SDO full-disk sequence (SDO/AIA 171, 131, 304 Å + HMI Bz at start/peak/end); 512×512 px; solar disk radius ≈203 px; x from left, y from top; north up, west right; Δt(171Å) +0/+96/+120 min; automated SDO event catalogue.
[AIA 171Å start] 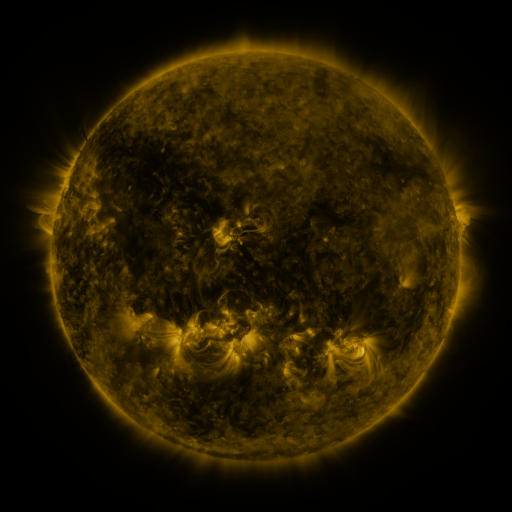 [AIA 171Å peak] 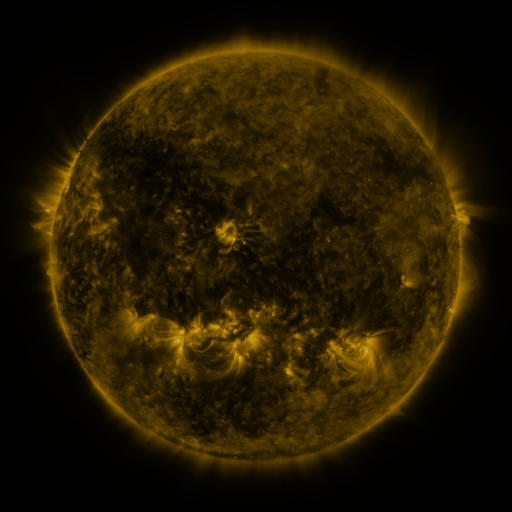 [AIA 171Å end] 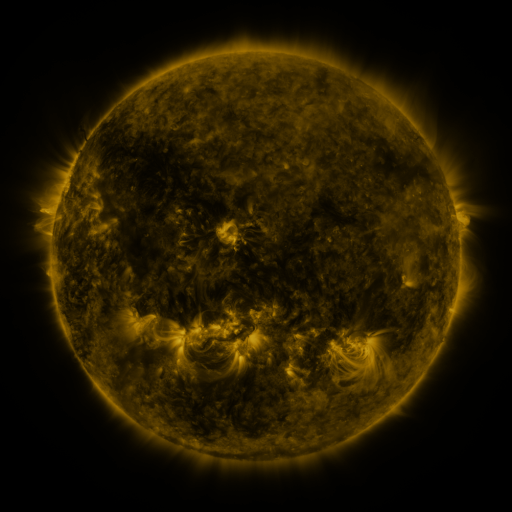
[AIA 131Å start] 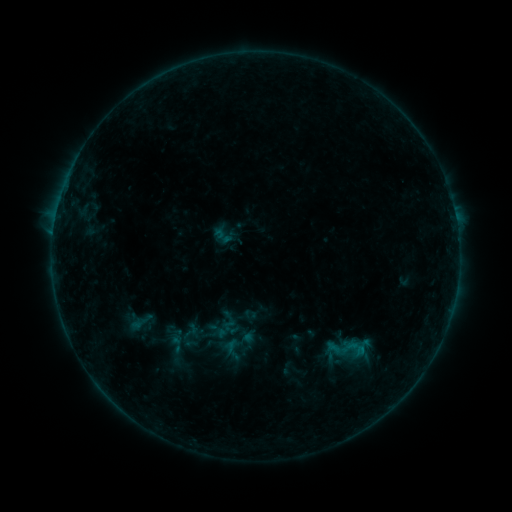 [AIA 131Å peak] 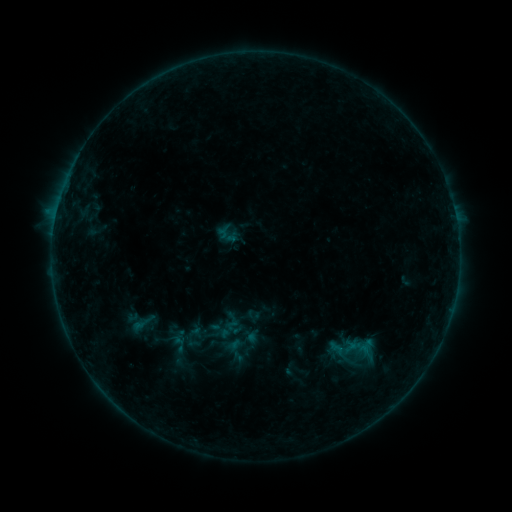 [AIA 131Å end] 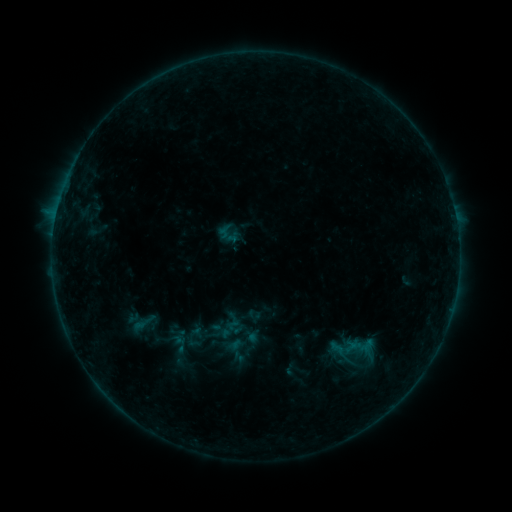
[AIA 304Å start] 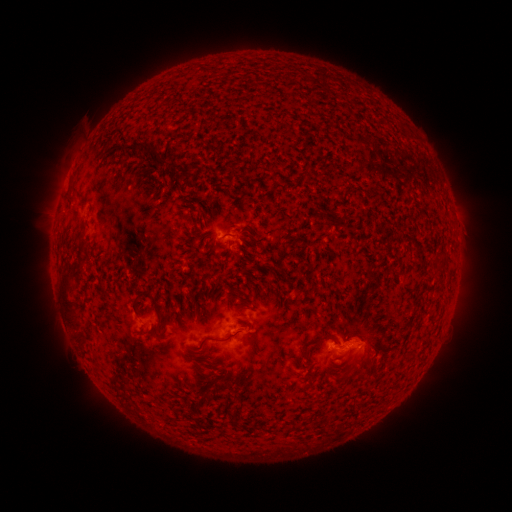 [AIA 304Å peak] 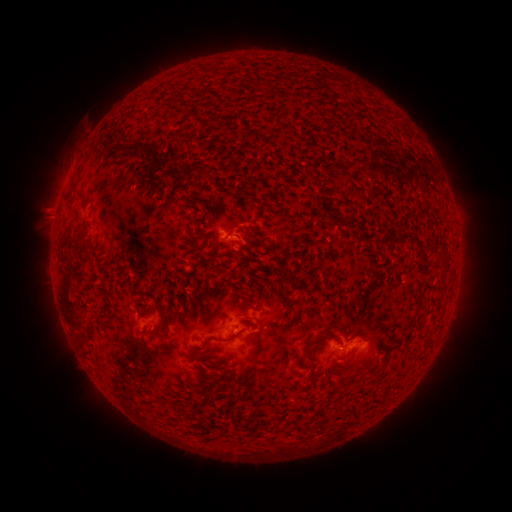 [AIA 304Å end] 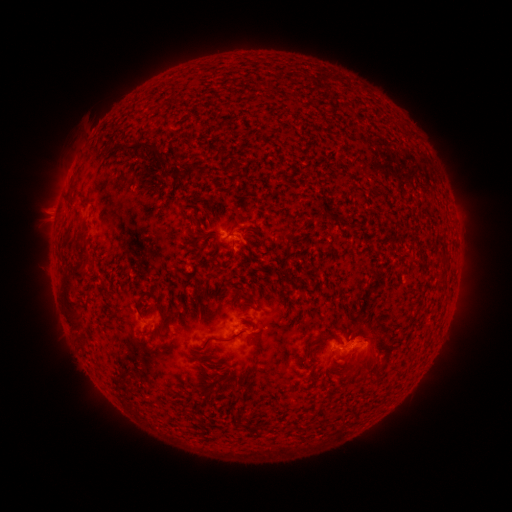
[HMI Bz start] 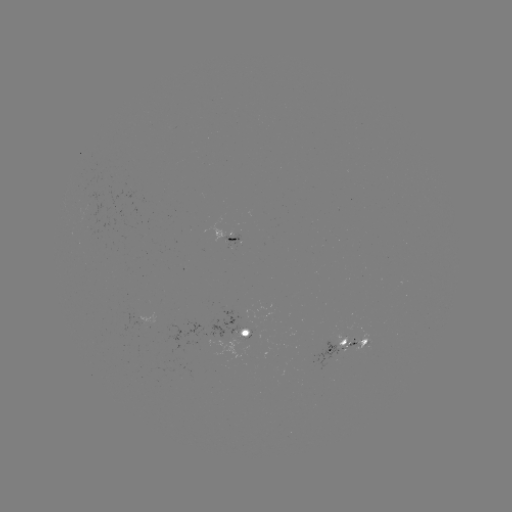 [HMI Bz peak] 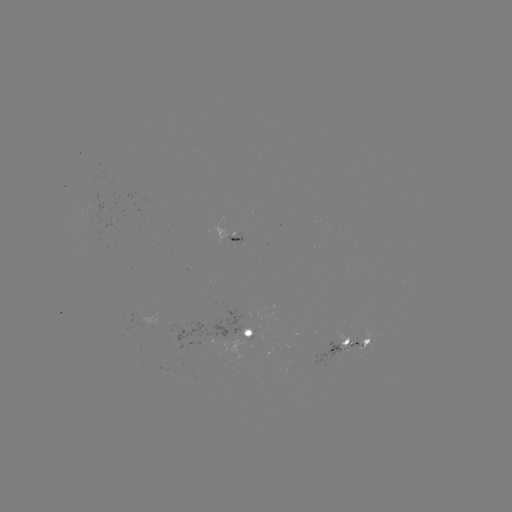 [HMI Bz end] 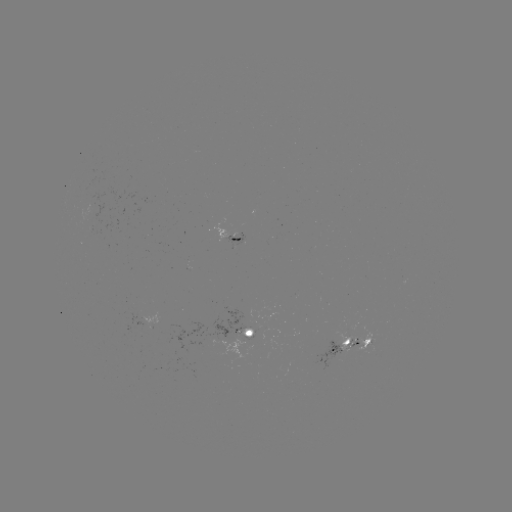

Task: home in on emerging-flux region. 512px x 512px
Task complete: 249,335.